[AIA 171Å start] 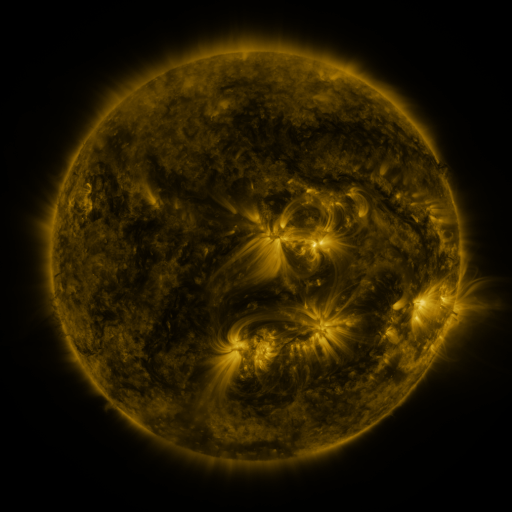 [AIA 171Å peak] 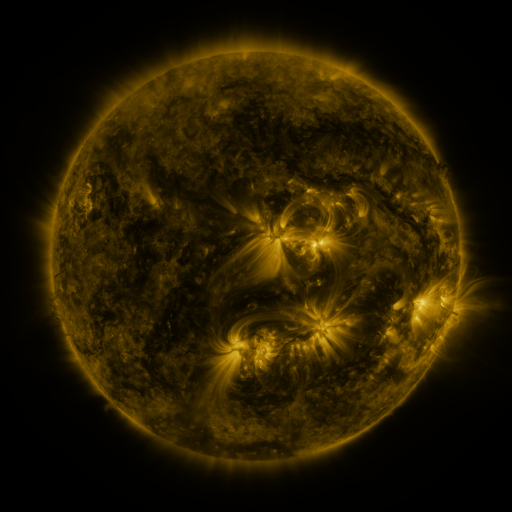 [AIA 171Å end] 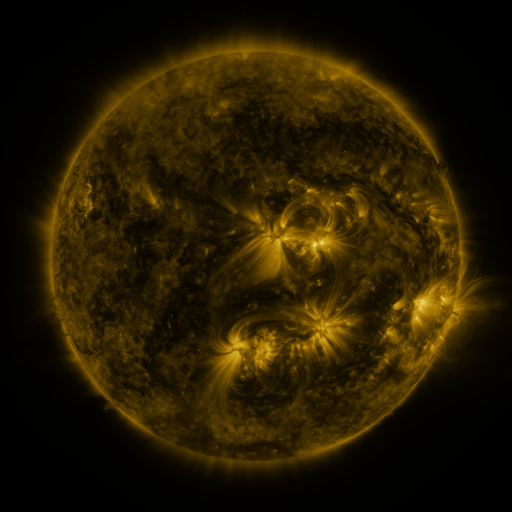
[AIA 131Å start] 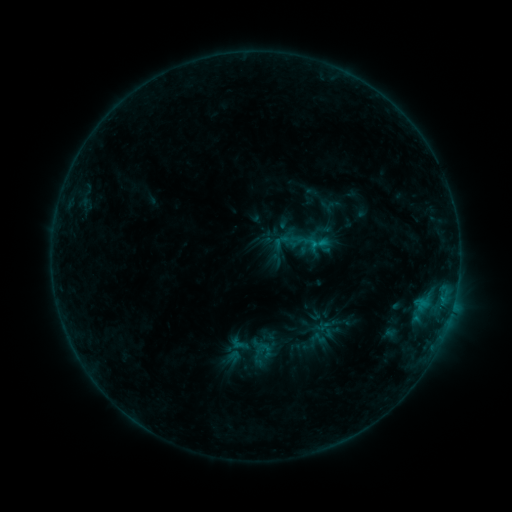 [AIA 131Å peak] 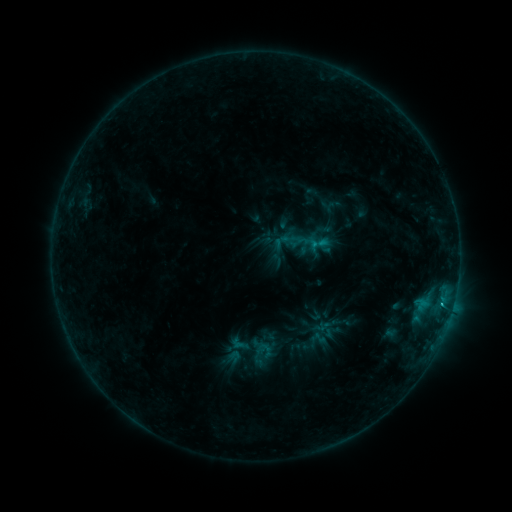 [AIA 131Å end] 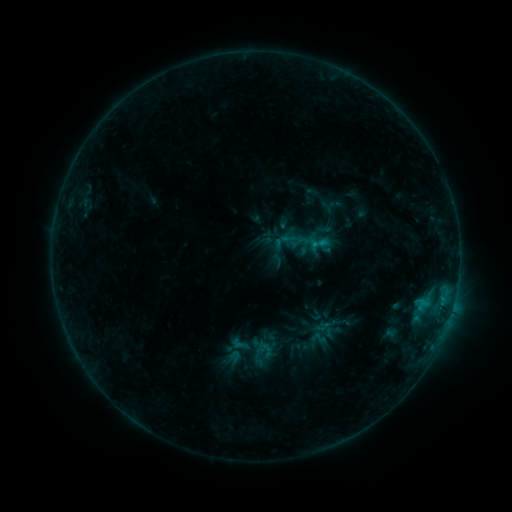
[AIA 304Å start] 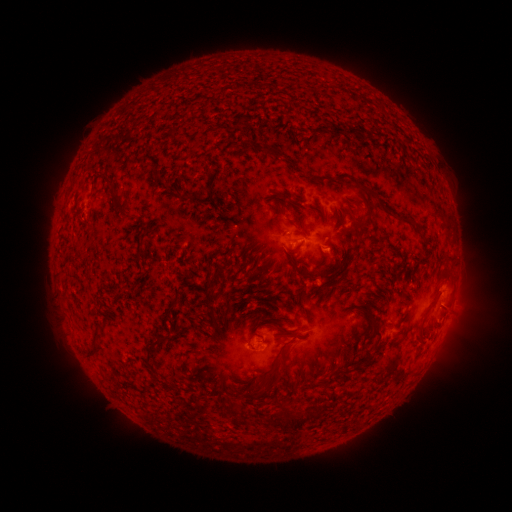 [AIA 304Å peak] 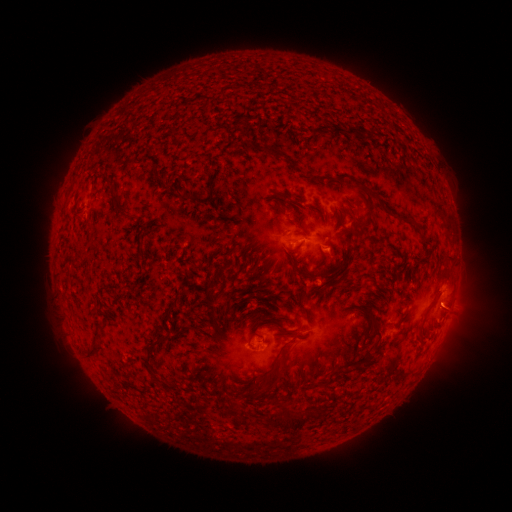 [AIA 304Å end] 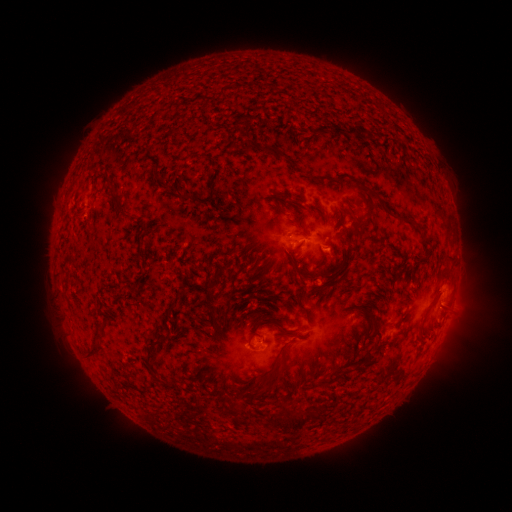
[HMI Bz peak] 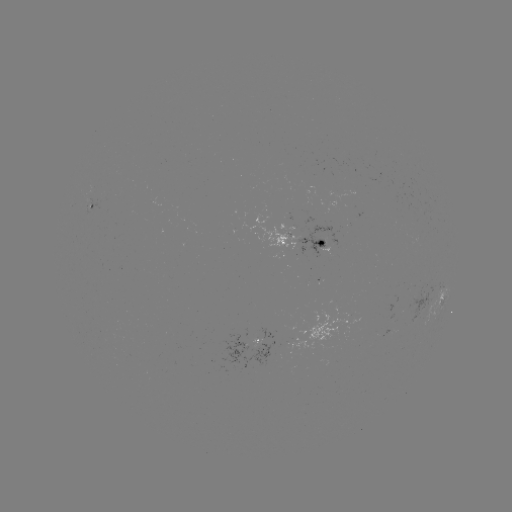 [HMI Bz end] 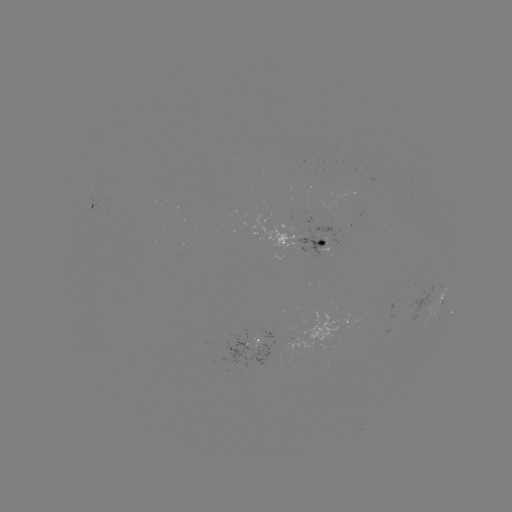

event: flare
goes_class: B5.8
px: (441, 304)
